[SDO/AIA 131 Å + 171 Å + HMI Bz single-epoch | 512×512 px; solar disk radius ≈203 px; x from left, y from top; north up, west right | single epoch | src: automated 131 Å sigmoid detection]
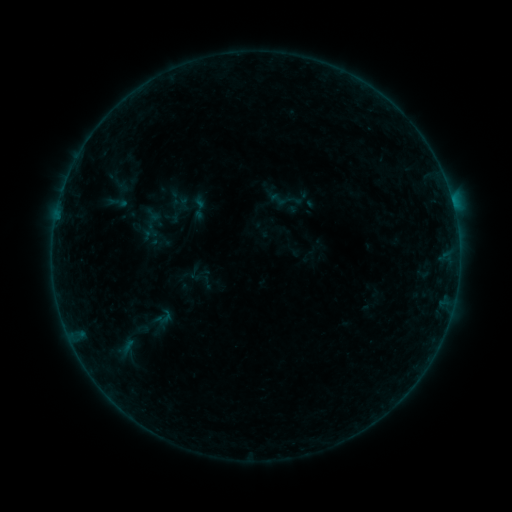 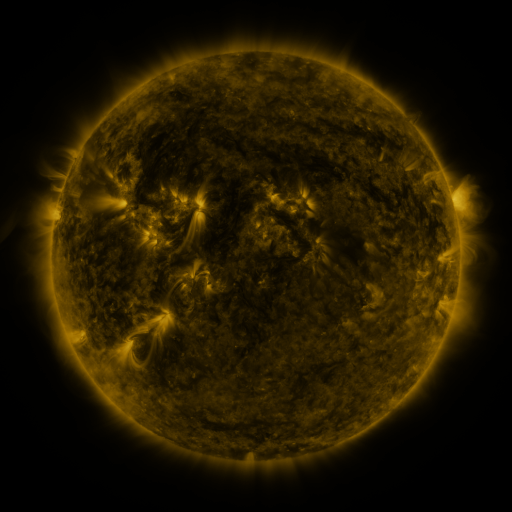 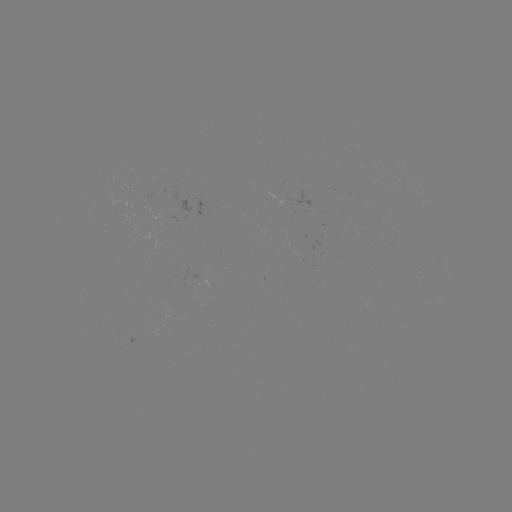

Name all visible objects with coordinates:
sigmoid: <bbox>268, 190, 287, 209</bbox>
sigmoid: <bbox>154, 308, 177, 326</bbox>
